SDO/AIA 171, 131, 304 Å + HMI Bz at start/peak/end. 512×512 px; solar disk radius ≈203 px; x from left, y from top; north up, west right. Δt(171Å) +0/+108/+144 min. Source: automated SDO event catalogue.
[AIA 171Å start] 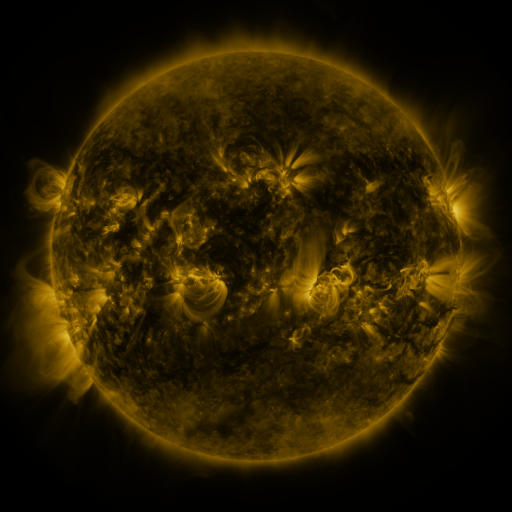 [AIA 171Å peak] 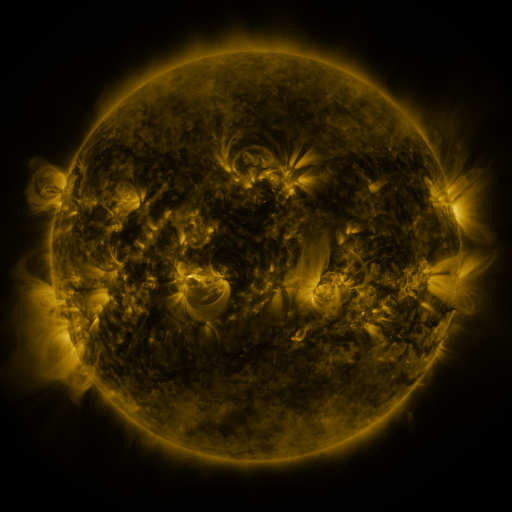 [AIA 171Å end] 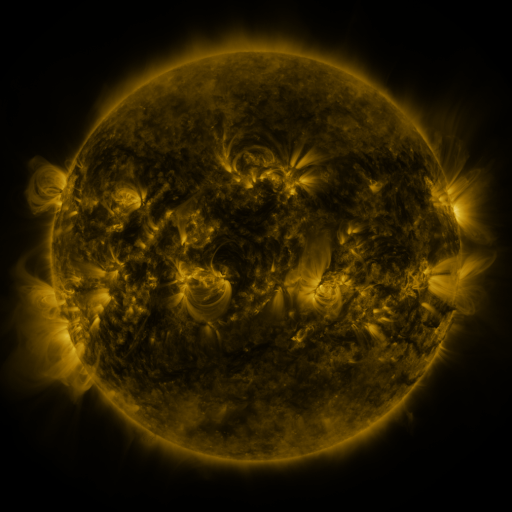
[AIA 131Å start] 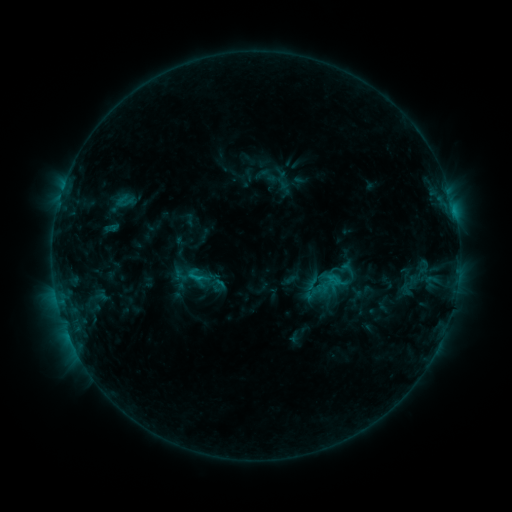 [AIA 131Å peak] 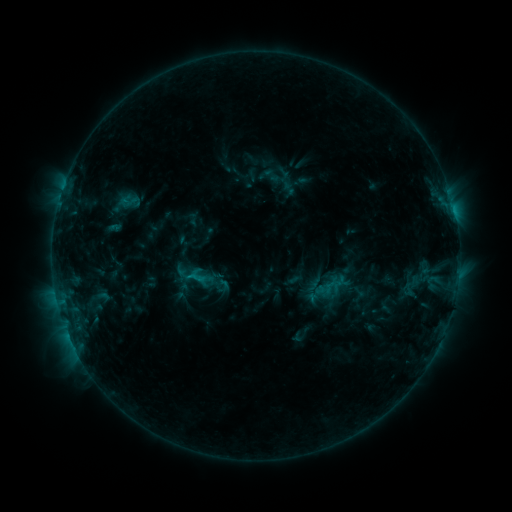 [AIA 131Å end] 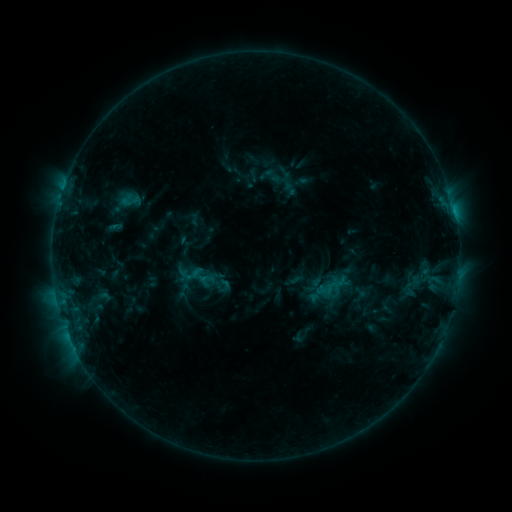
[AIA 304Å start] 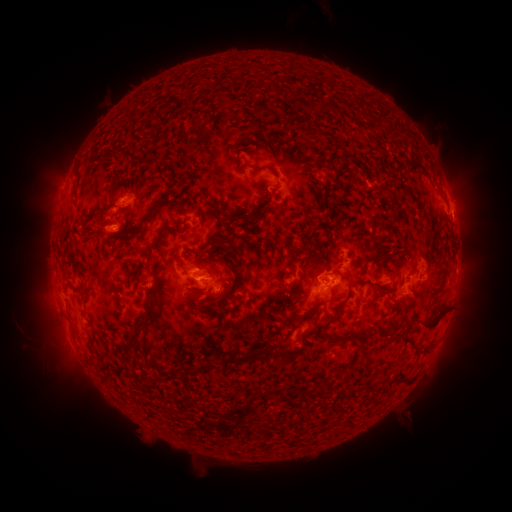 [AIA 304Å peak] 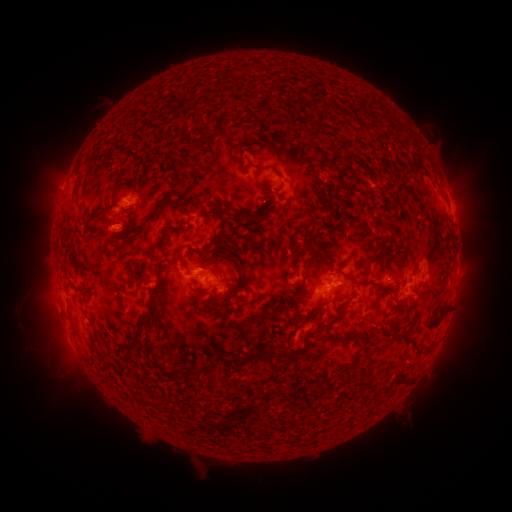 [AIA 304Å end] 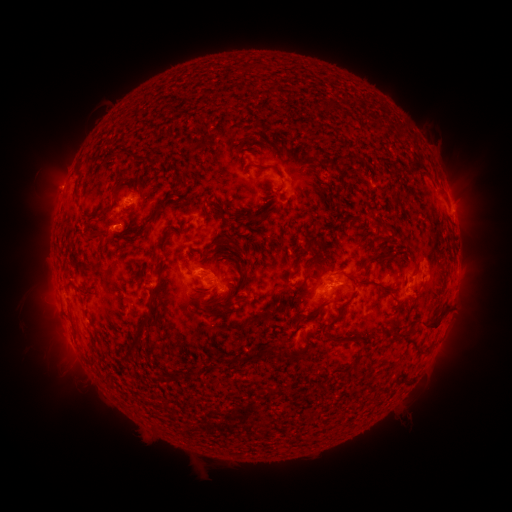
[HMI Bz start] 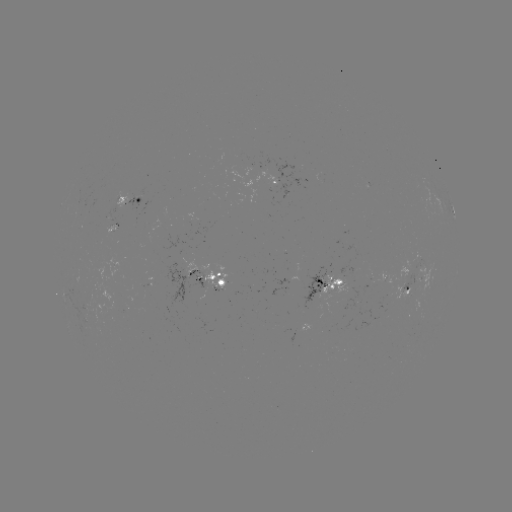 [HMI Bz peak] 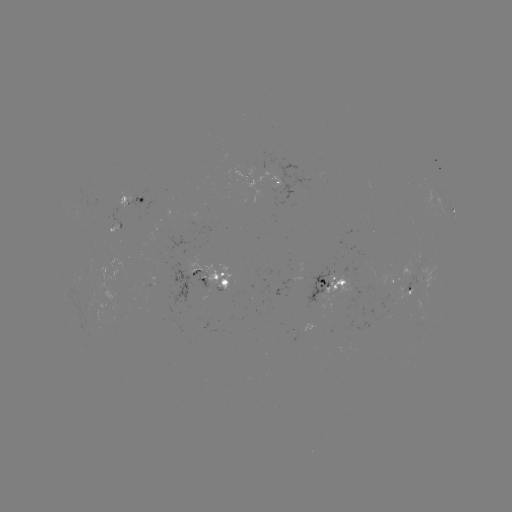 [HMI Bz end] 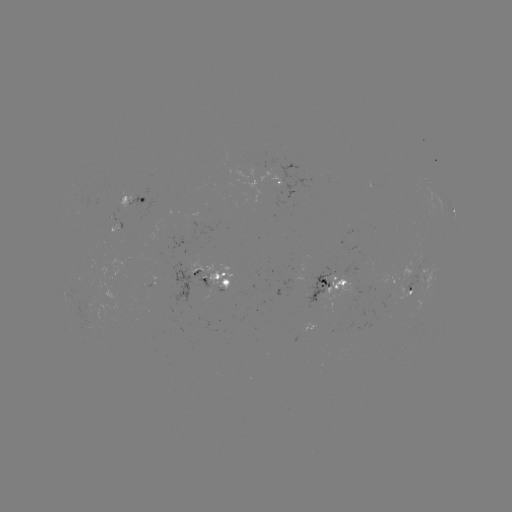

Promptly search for emerging-flux region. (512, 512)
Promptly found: (208, 277).